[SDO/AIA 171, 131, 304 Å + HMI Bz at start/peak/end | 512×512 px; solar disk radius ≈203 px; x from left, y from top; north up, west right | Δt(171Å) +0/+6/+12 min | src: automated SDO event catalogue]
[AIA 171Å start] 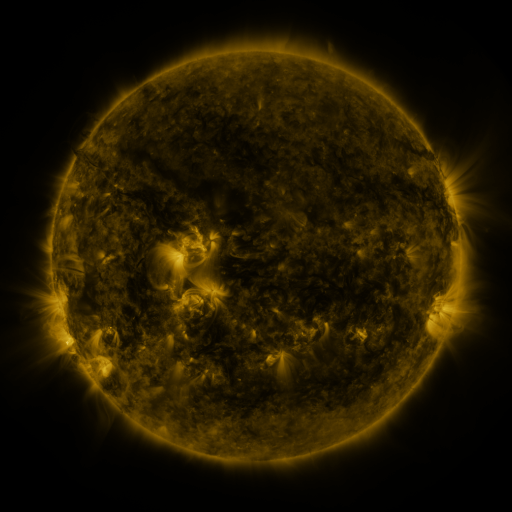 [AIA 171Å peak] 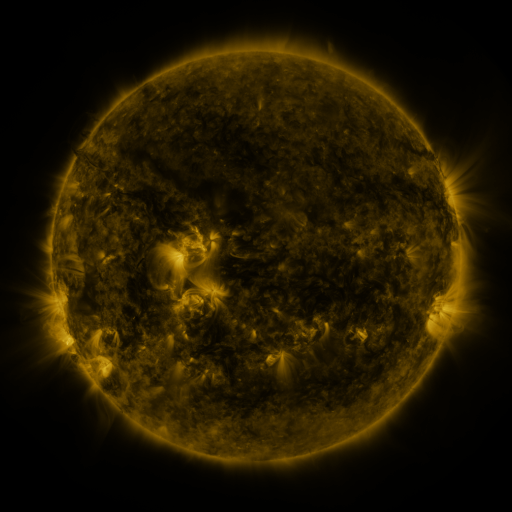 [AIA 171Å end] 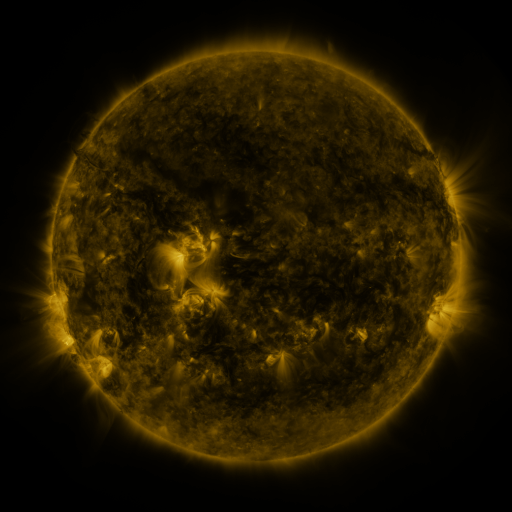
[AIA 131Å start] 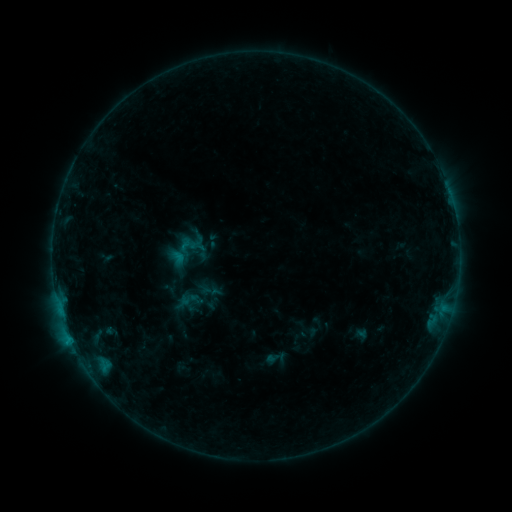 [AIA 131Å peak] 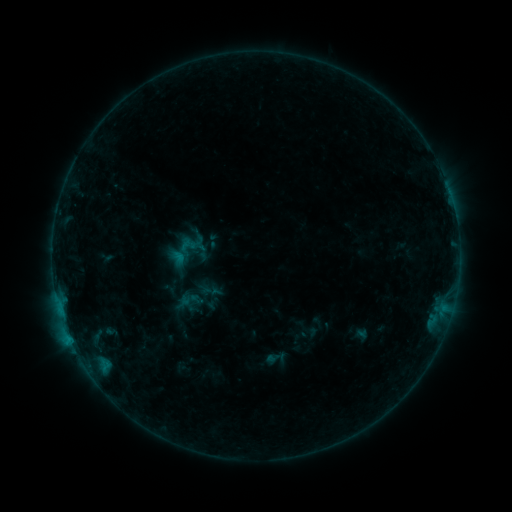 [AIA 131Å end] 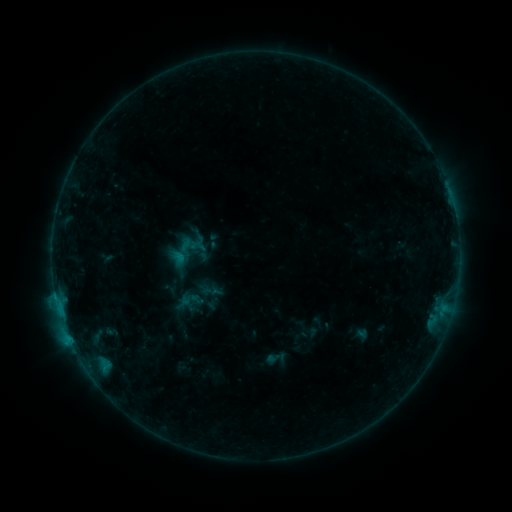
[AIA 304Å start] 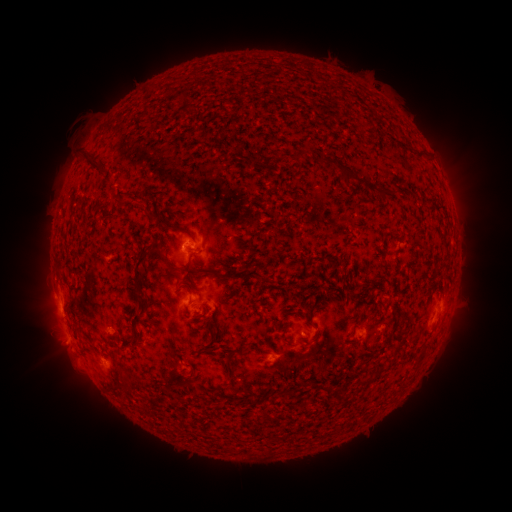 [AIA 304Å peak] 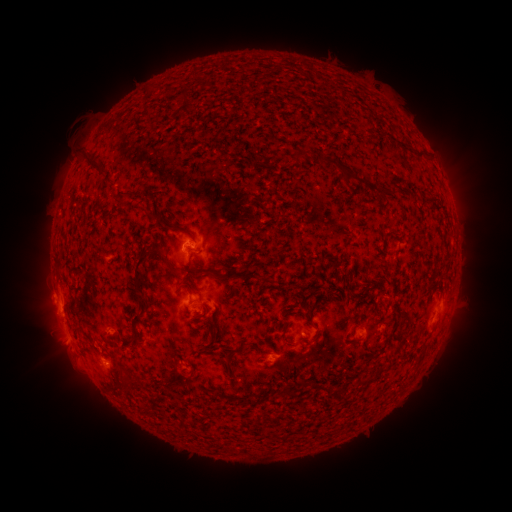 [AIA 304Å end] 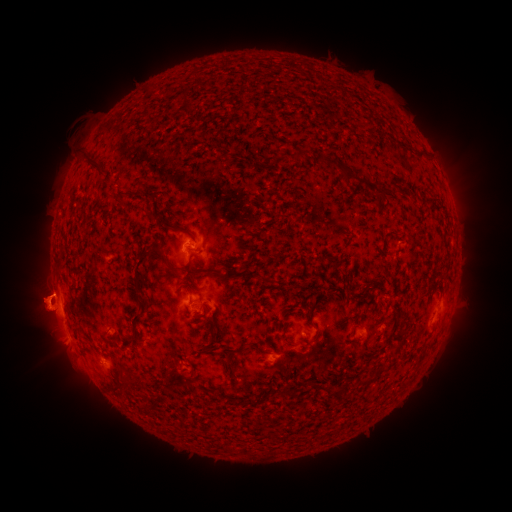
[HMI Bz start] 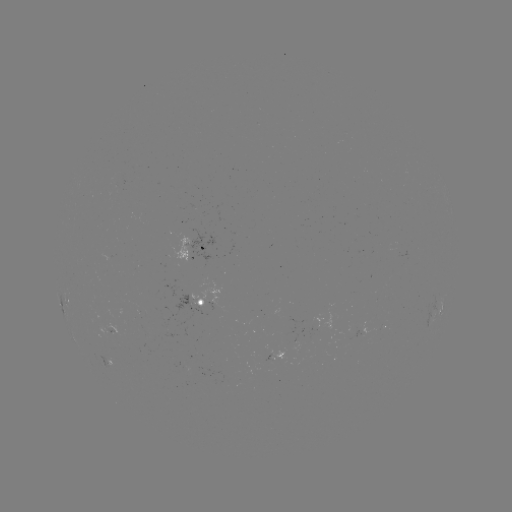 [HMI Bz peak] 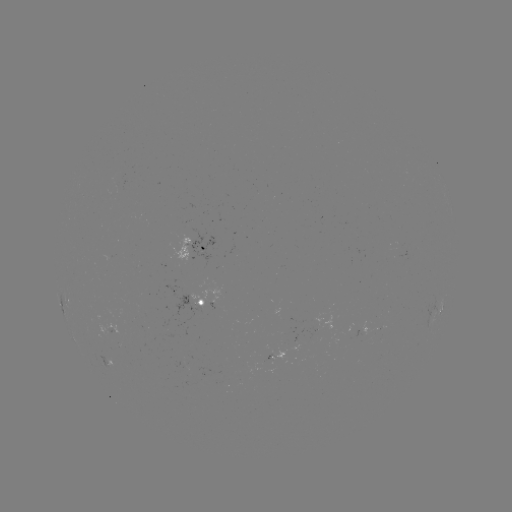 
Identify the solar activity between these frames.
eruption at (89, 307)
